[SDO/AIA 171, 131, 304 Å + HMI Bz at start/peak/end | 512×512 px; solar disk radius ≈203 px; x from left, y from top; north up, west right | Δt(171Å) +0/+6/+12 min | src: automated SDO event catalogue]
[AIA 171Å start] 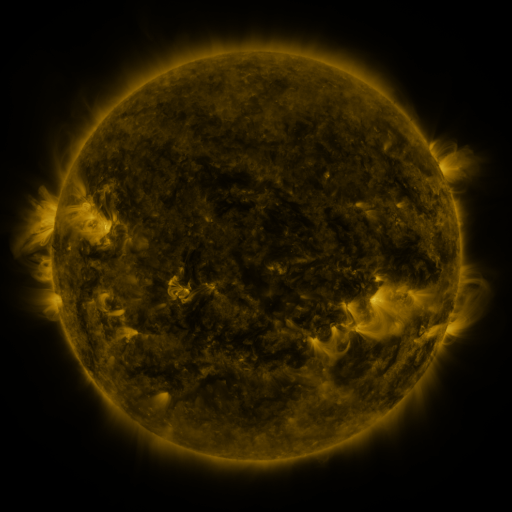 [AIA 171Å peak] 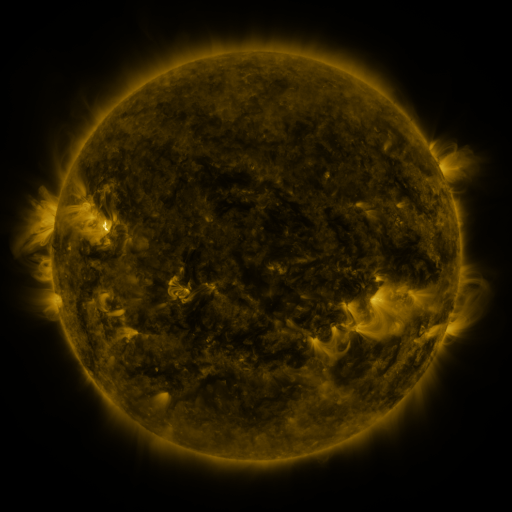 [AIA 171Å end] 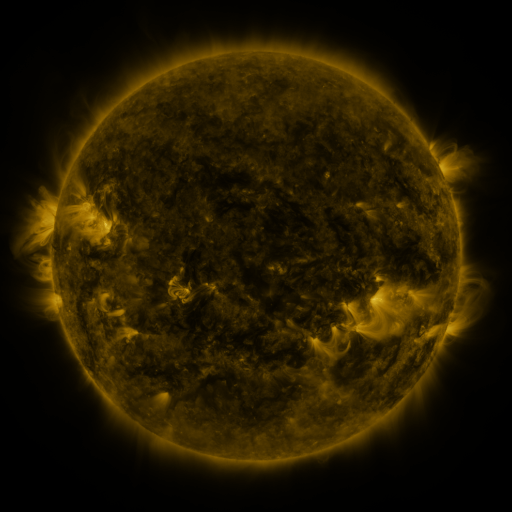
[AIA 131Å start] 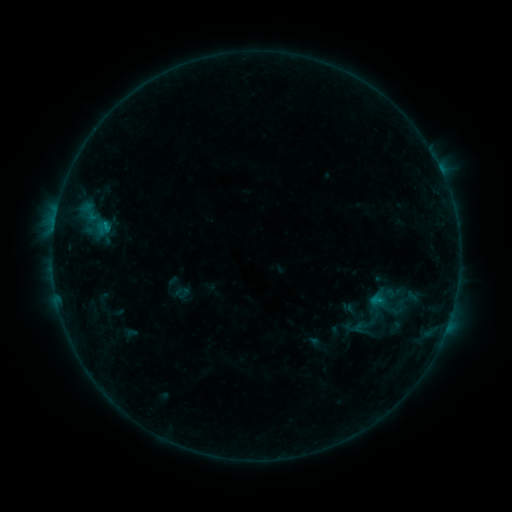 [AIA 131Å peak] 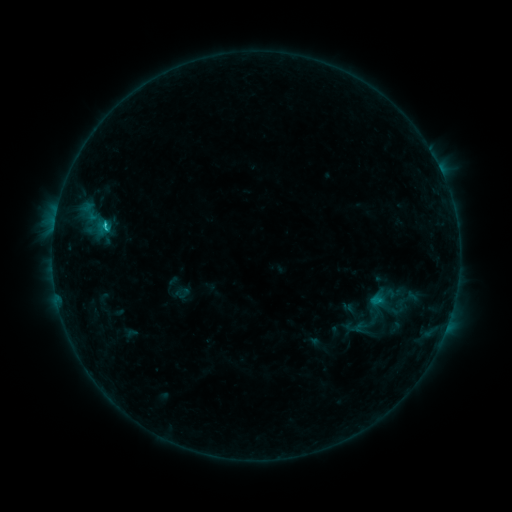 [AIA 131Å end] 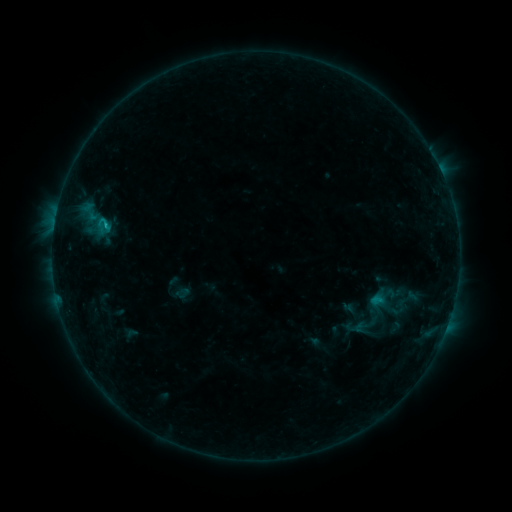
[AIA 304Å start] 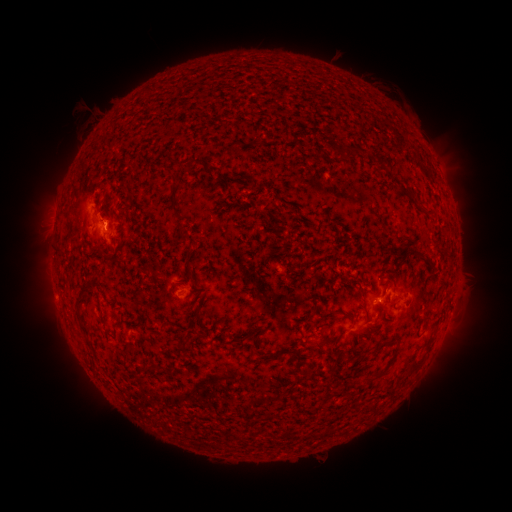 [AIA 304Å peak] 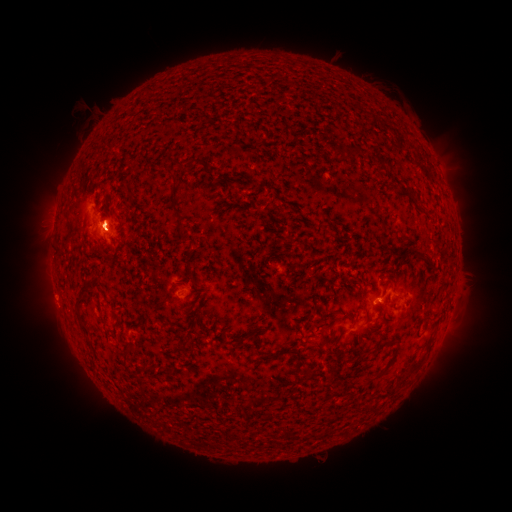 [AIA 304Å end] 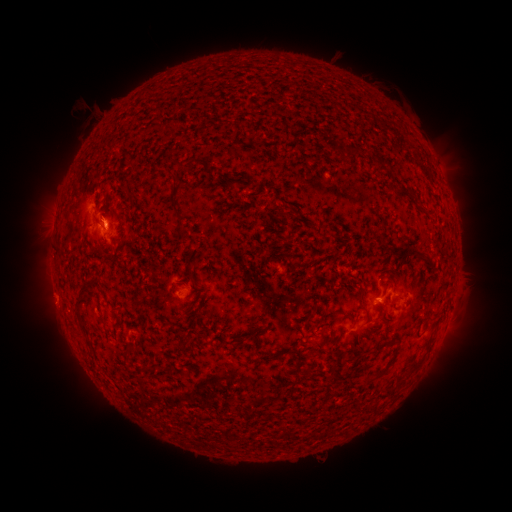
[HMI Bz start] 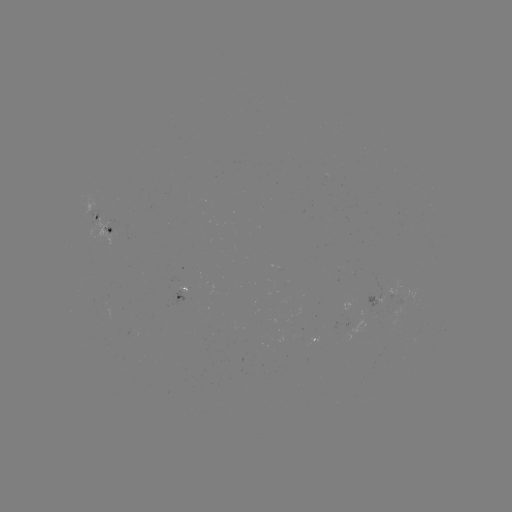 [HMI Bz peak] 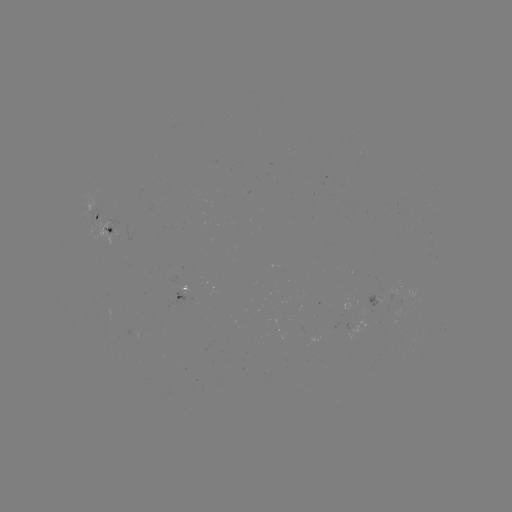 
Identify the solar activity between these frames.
B9.7 flare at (106, 229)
